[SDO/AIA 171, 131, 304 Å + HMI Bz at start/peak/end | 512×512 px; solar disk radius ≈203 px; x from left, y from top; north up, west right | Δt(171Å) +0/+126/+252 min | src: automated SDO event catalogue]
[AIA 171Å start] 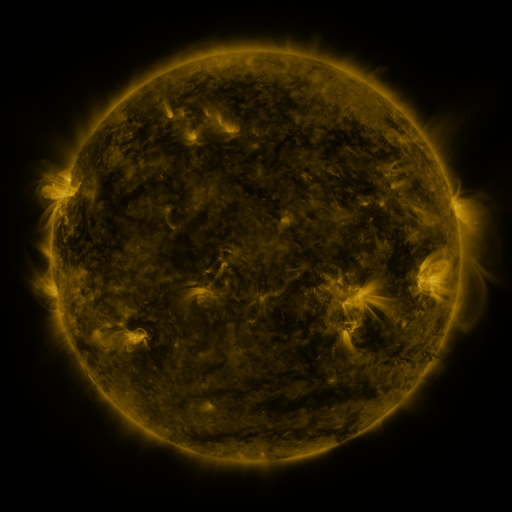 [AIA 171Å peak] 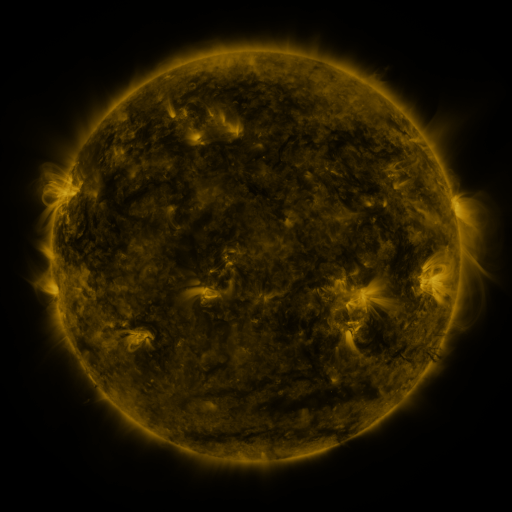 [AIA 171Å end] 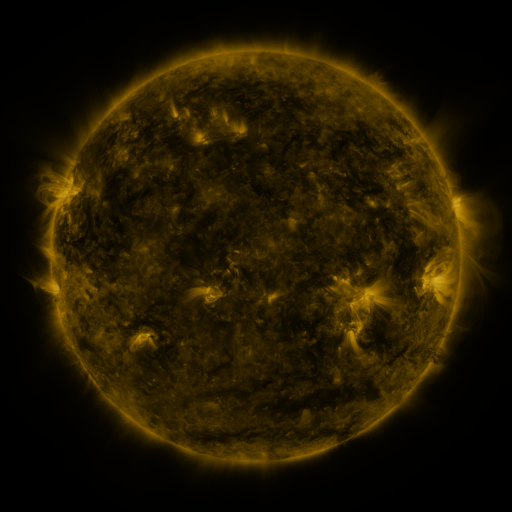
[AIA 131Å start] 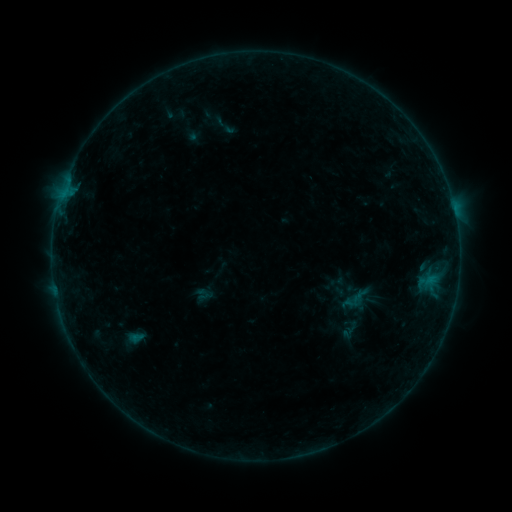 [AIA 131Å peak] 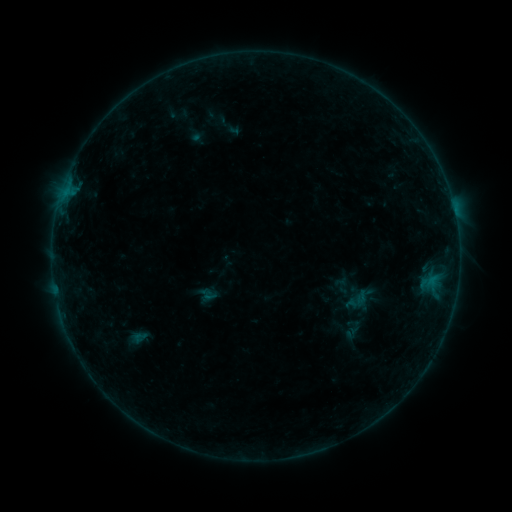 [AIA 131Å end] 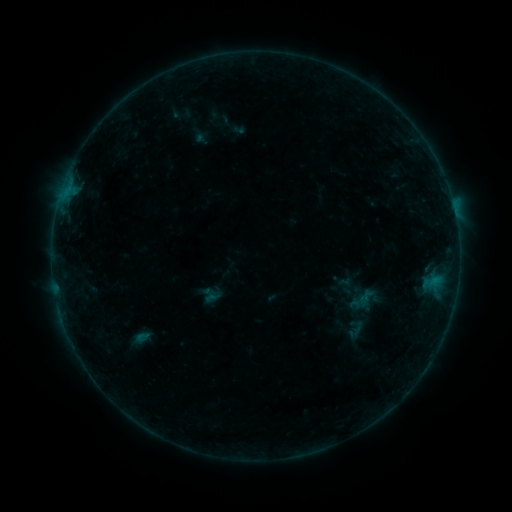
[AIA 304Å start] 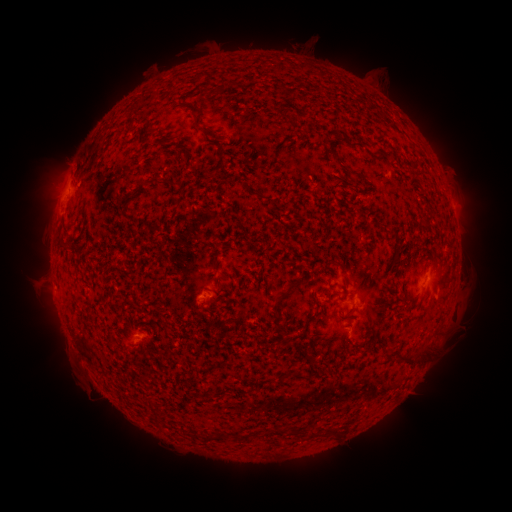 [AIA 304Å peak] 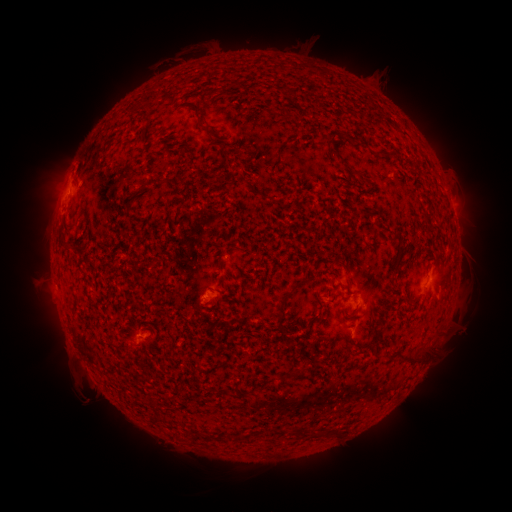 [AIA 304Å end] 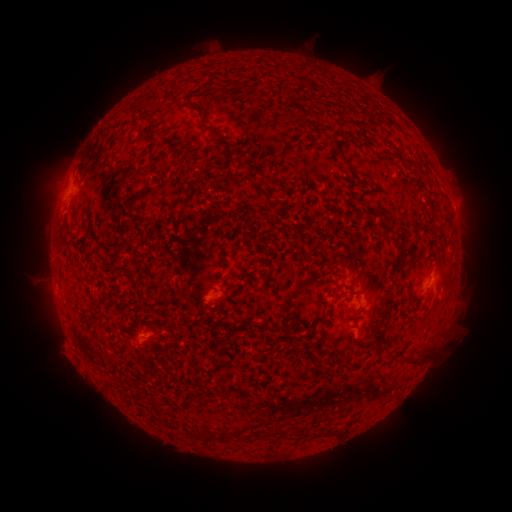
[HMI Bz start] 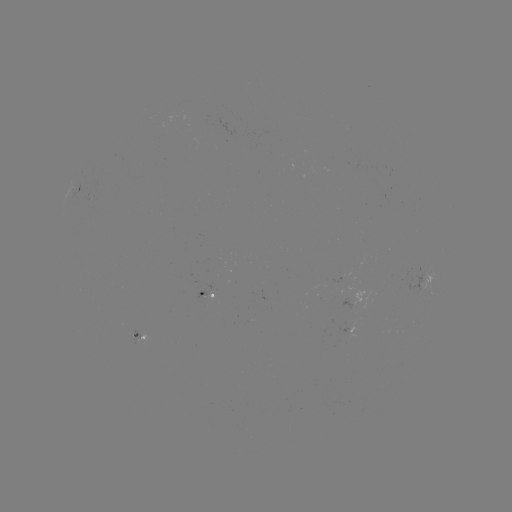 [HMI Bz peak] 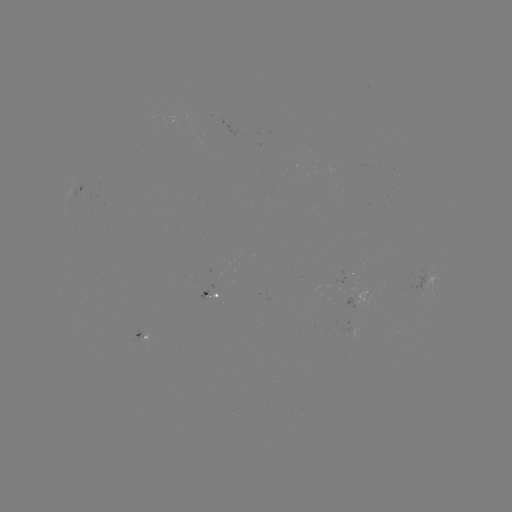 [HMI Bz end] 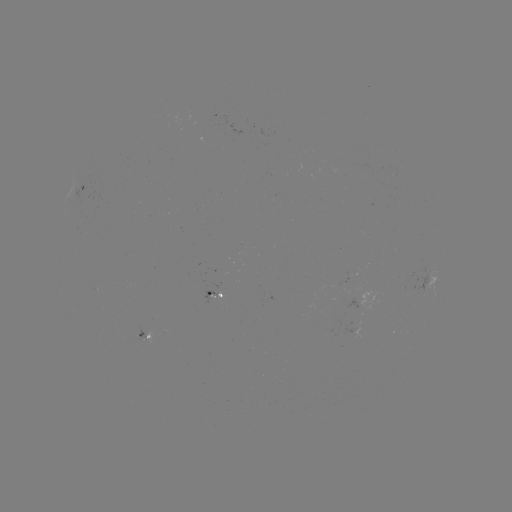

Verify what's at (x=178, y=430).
filament eruption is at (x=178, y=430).